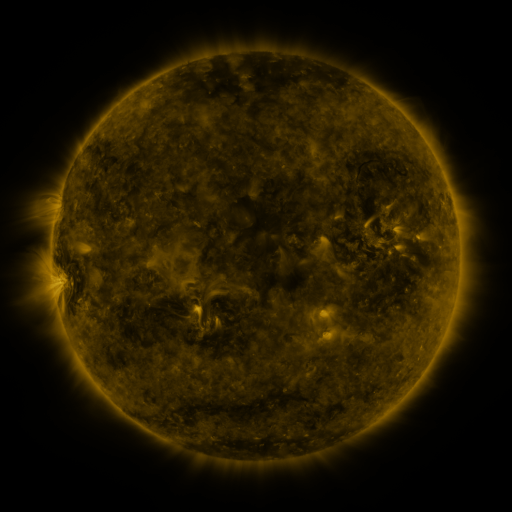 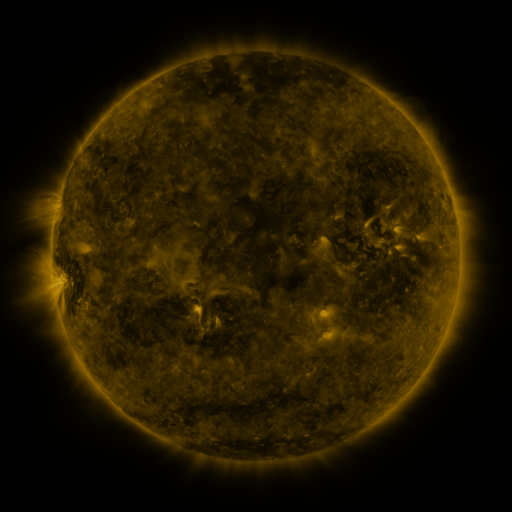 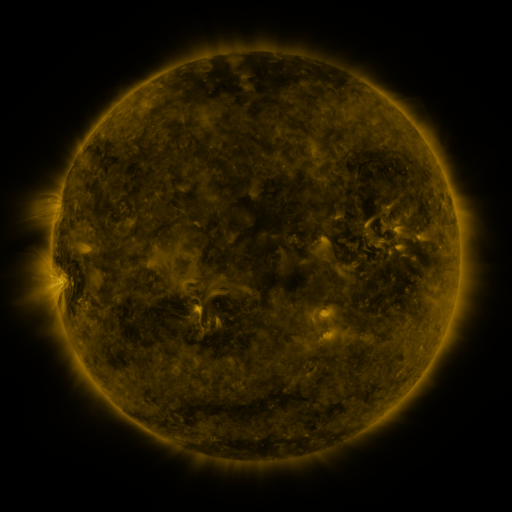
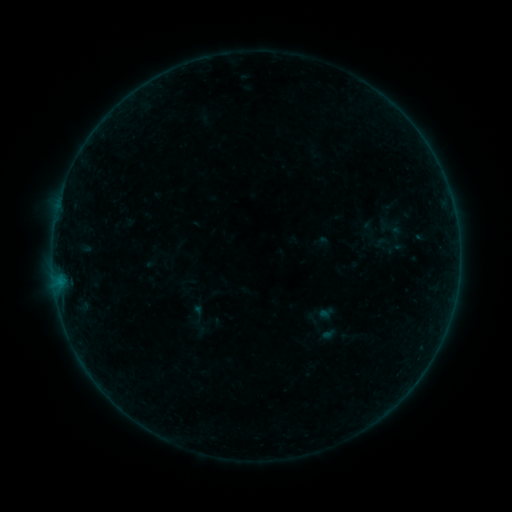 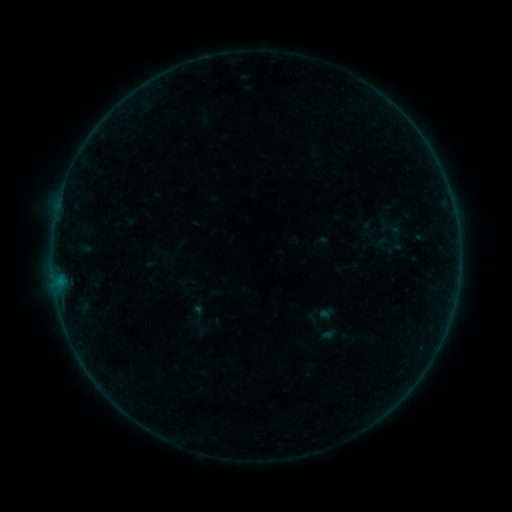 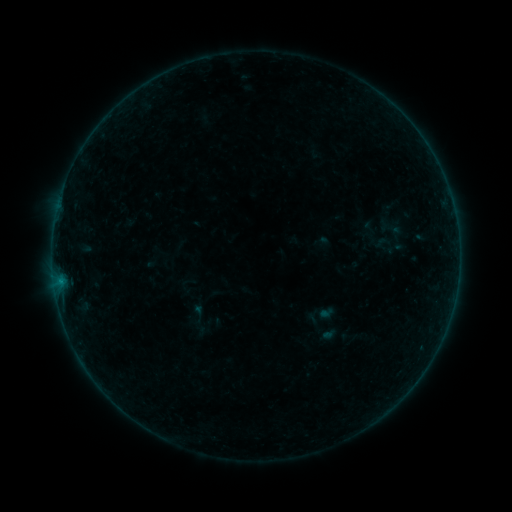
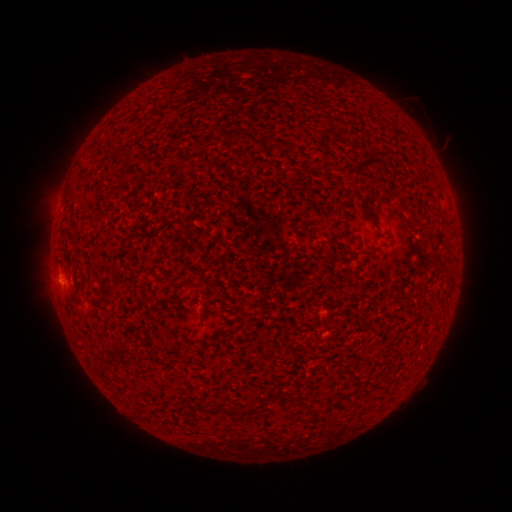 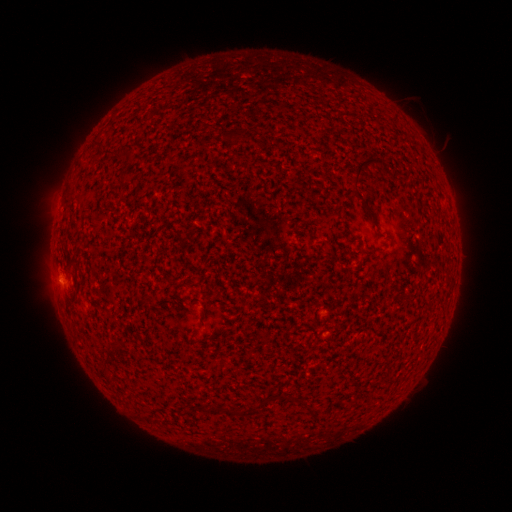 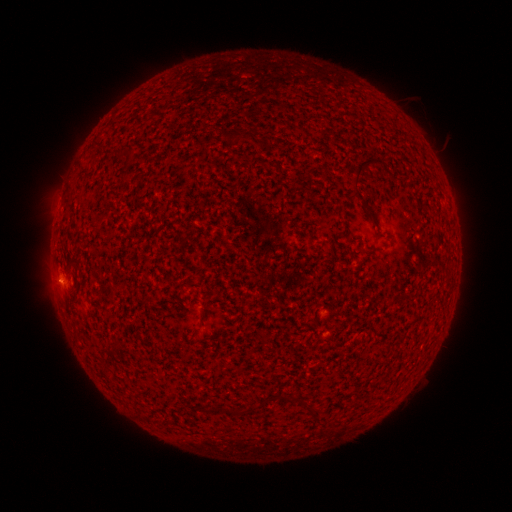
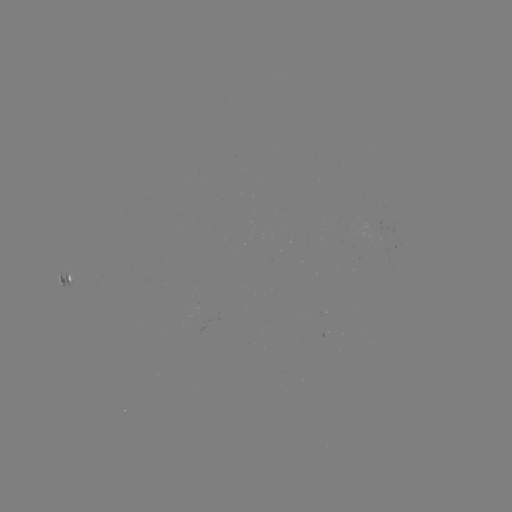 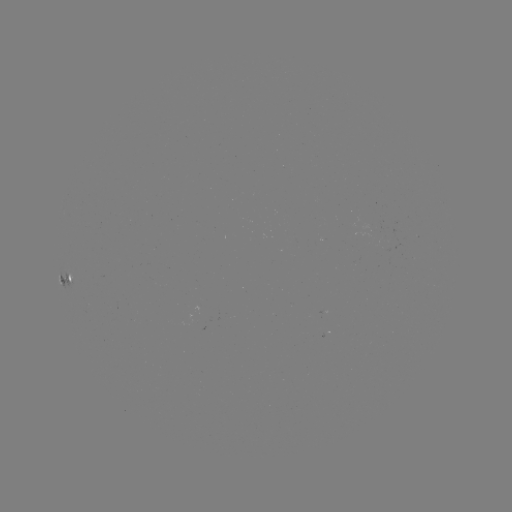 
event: flare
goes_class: B1.0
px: (61, 280)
